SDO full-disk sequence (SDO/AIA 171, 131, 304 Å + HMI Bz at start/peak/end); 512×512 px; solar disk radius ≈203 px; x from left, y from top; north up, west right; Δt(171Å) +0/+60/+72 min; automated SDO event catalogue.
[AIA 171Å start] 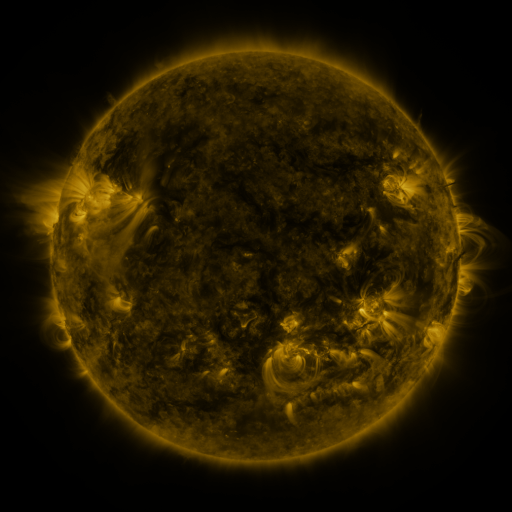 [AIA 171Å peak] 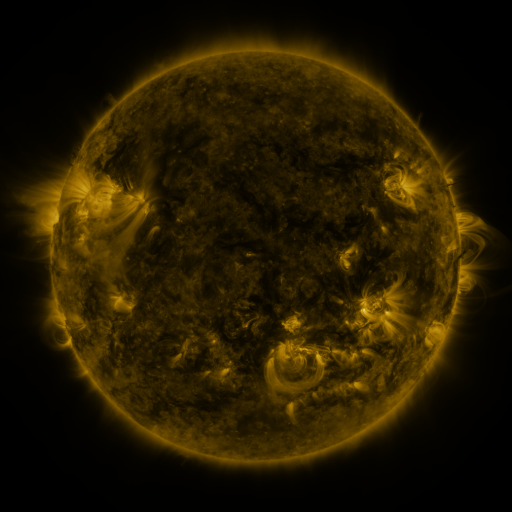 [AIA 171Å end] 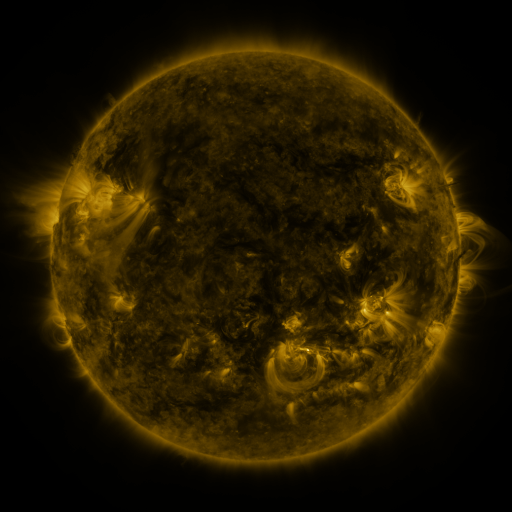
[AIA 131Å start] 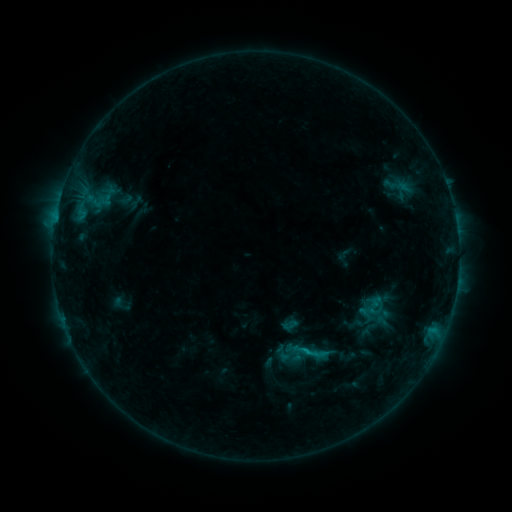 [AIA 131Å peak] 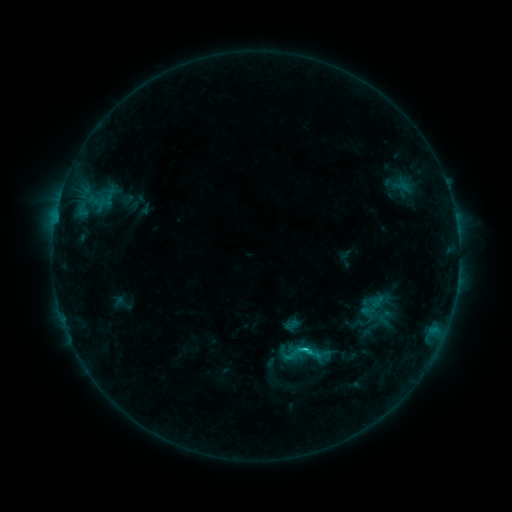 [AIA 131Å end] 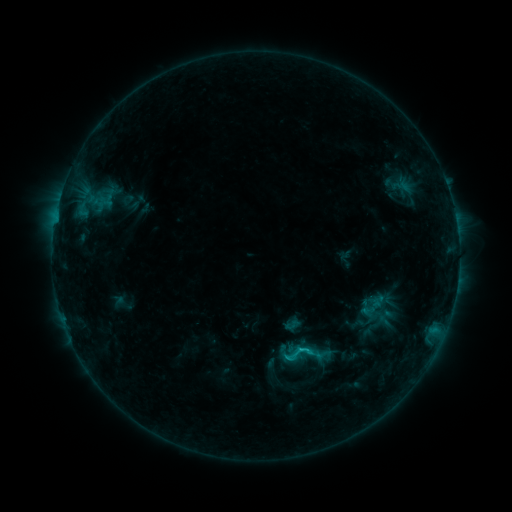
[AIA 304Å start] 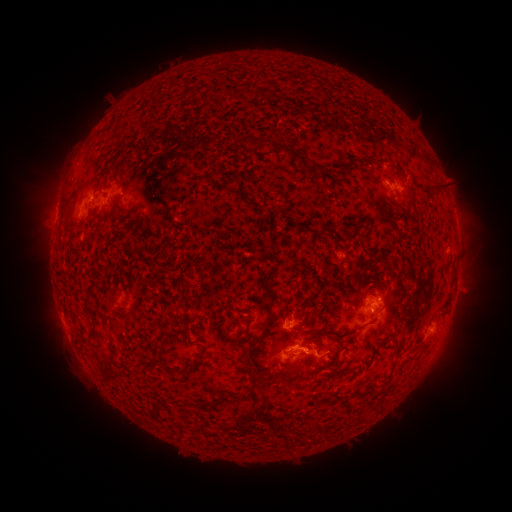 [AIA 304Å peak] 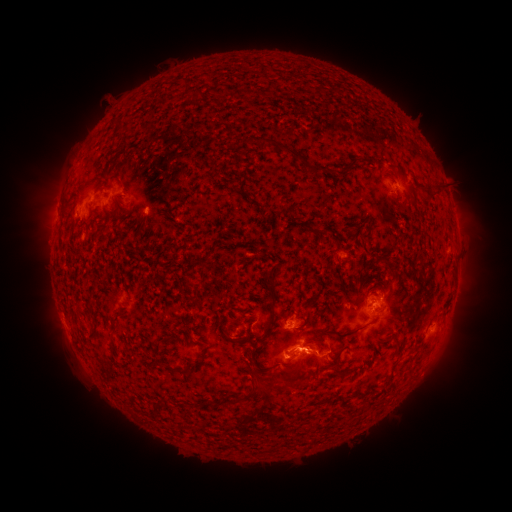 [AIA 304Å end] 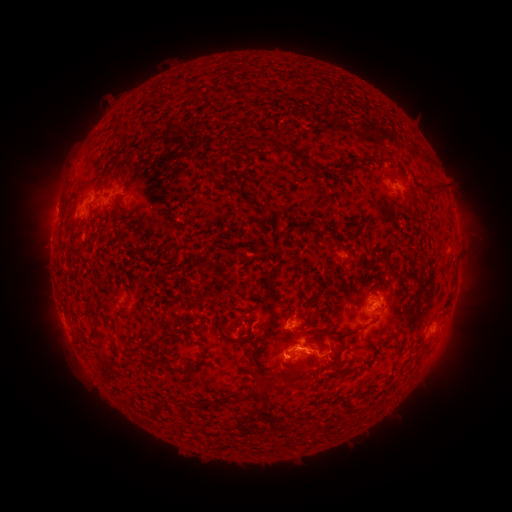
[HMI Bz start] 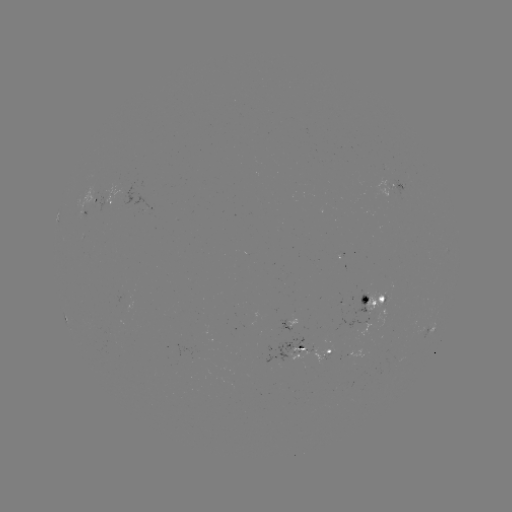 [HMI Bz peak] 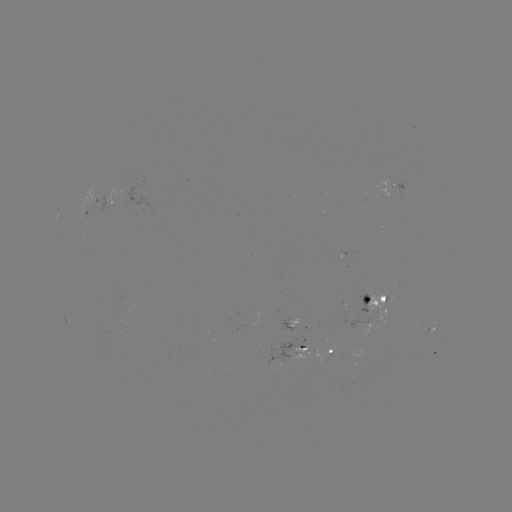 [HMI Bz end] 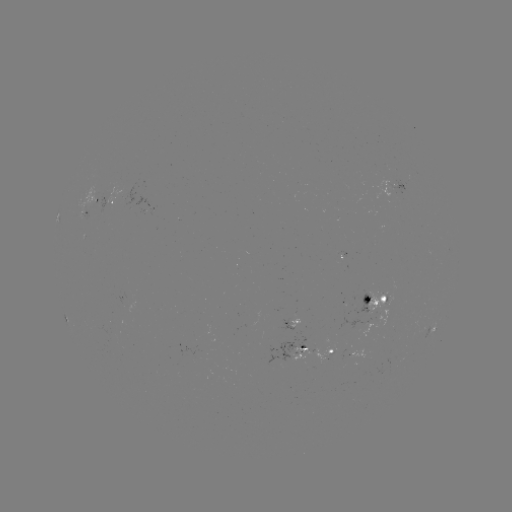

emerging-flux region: (290, 347, 310, 360)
